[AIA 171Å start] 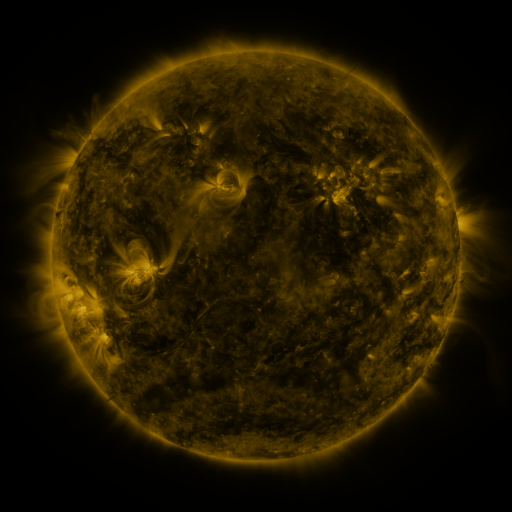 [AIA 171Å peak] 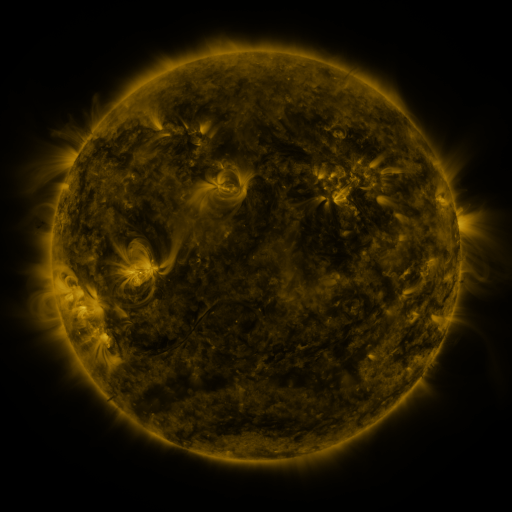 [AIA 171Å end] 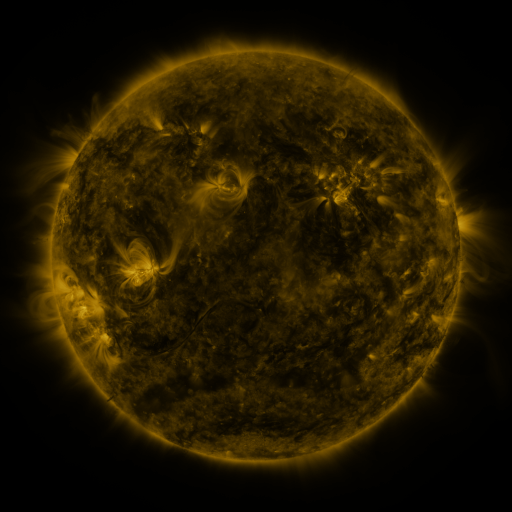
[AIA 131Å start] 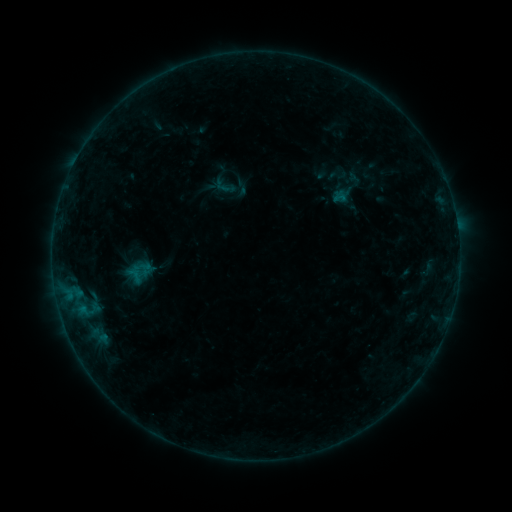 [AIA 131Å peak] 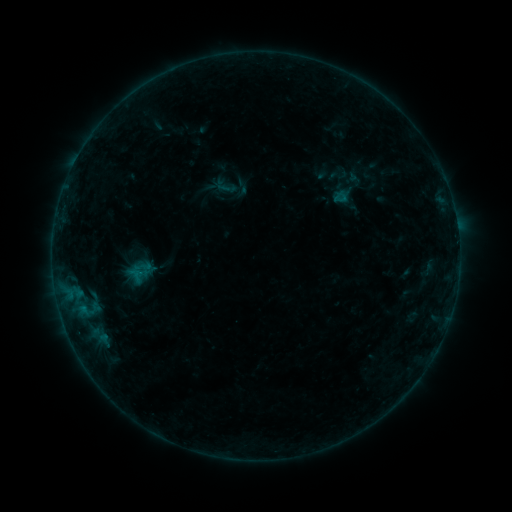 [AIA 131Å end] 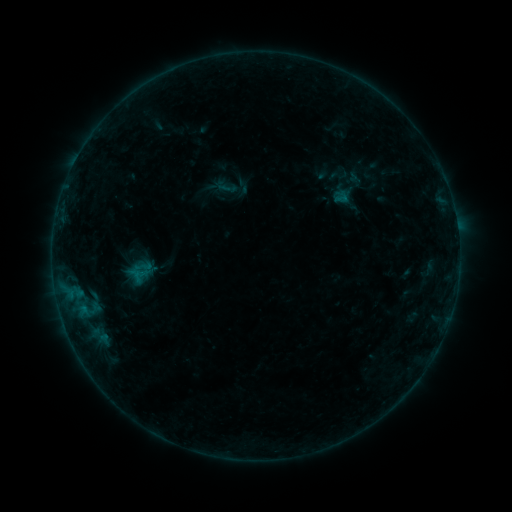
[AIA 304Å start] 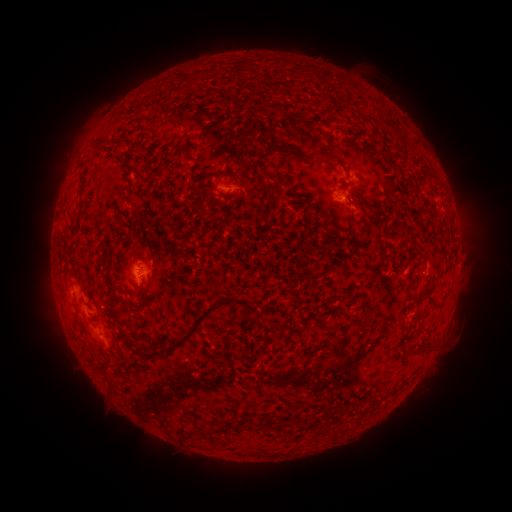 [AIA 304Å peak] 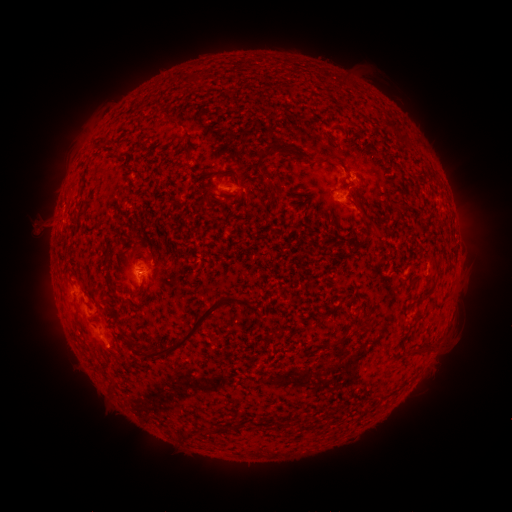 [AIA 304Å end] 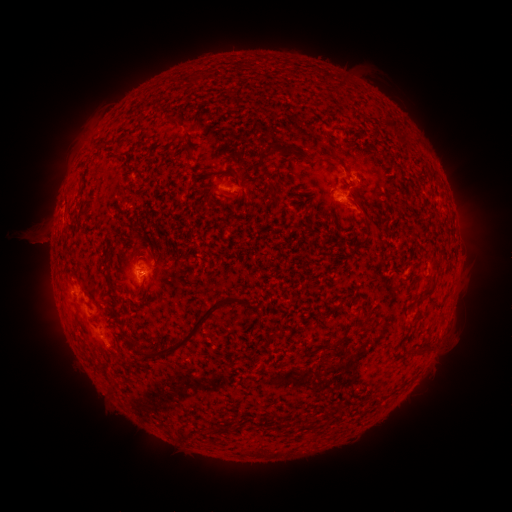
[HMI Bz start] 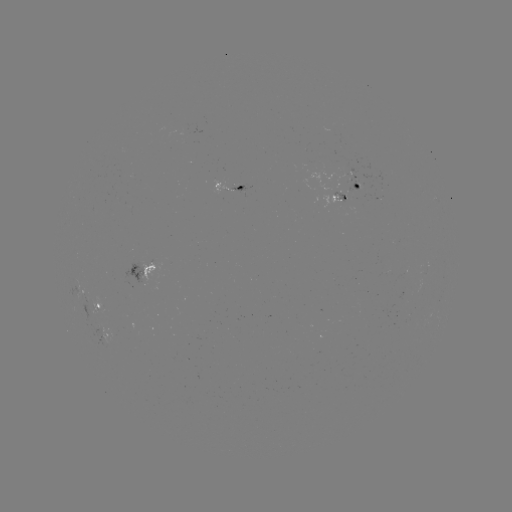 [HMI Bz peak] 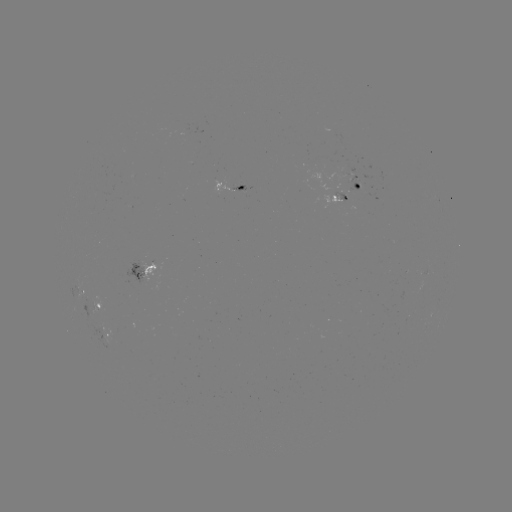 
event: eruption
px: (39, 227)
